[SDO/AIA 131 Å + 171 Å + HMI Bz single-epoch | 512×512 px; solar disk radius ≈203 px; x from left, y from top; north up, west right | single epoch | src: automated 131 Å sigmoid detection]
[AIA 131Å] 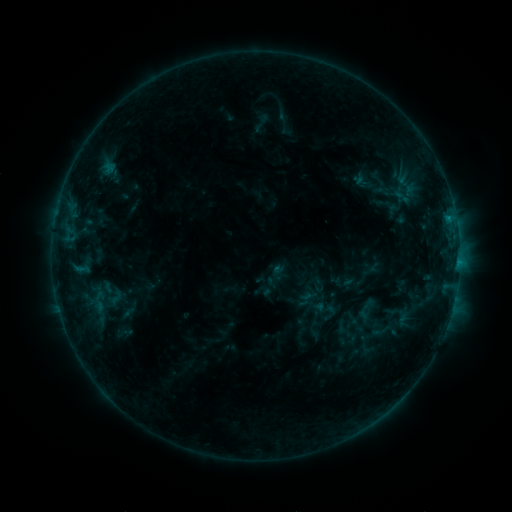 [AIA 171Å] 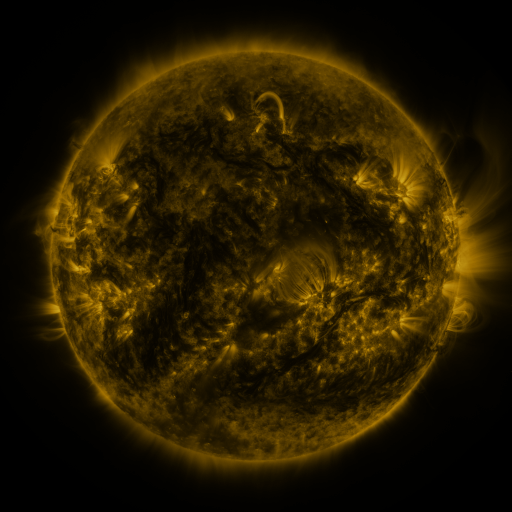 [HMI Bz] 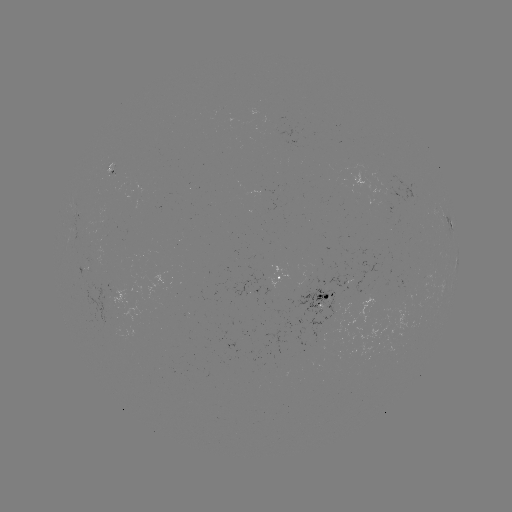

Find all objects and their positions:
sigmoid: (268, 287)
sigmoid: (99, 301)
sigmoid: (385, 331)
